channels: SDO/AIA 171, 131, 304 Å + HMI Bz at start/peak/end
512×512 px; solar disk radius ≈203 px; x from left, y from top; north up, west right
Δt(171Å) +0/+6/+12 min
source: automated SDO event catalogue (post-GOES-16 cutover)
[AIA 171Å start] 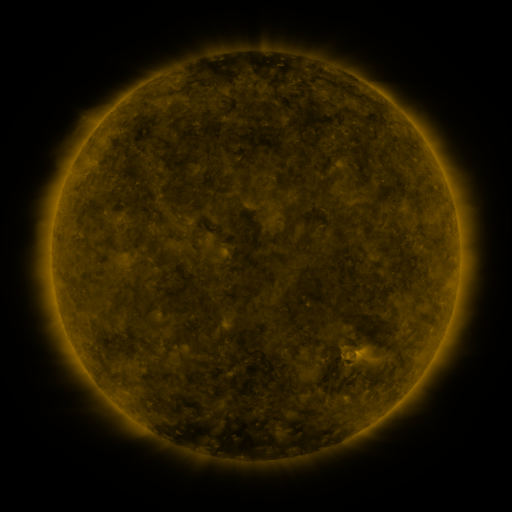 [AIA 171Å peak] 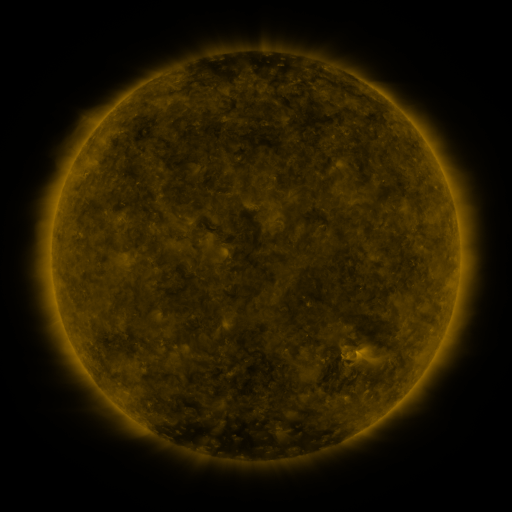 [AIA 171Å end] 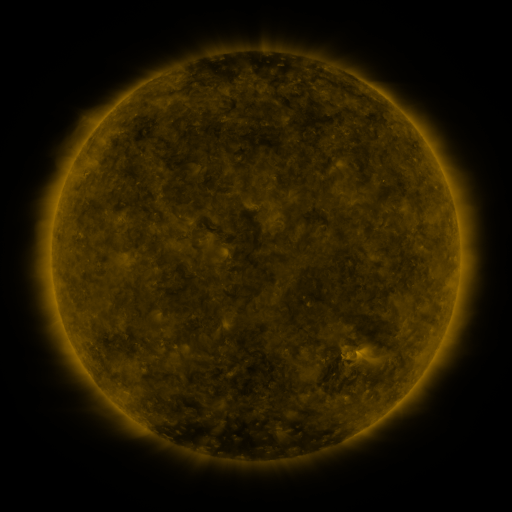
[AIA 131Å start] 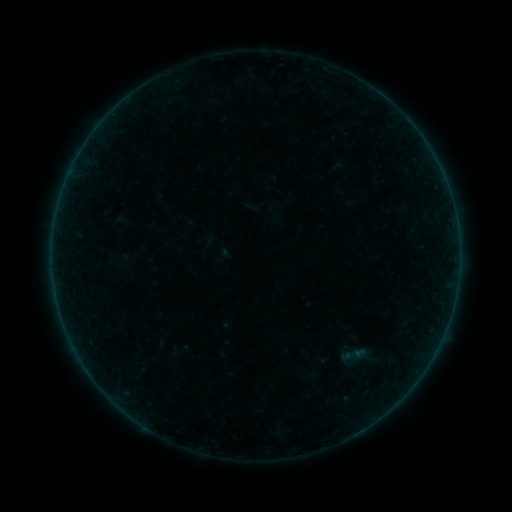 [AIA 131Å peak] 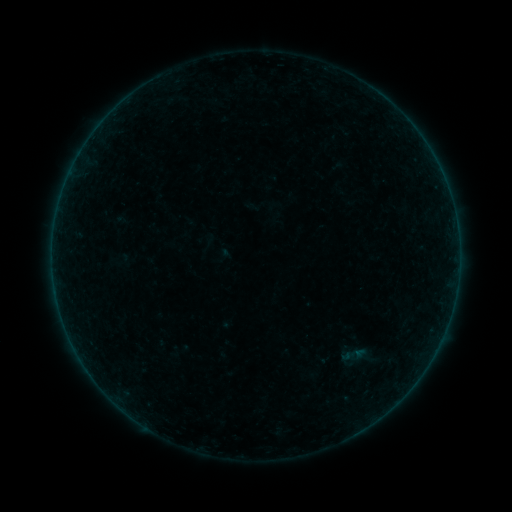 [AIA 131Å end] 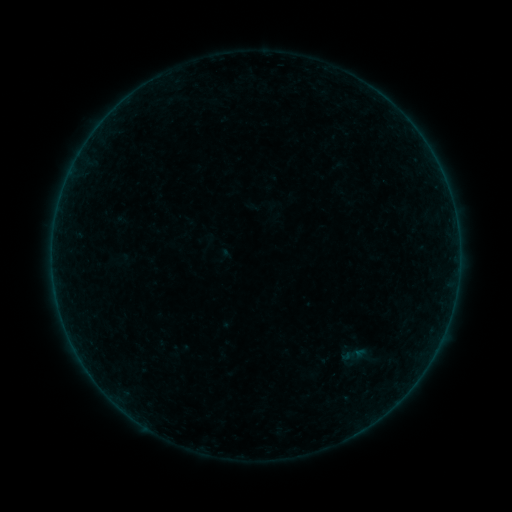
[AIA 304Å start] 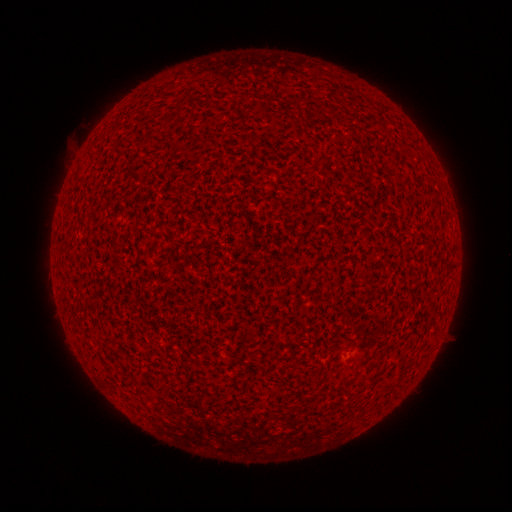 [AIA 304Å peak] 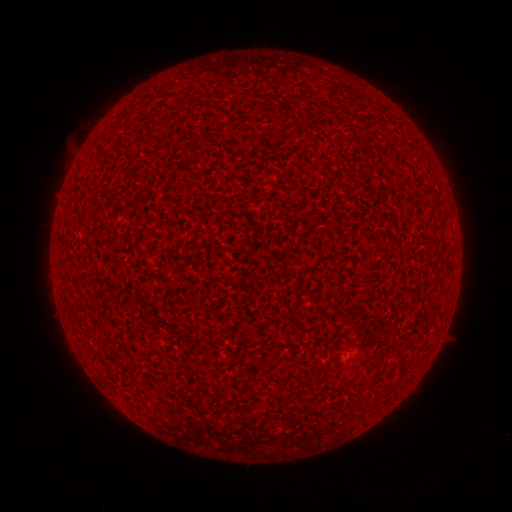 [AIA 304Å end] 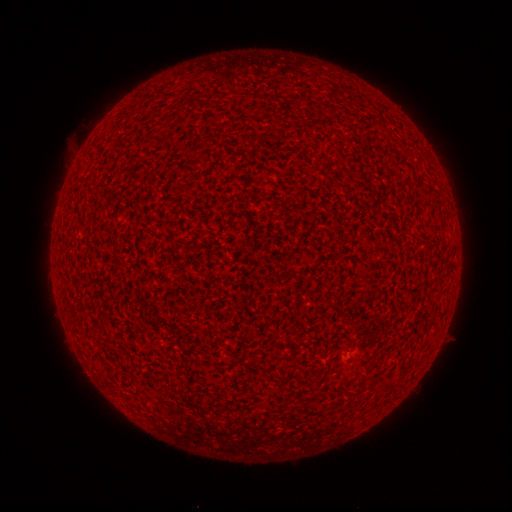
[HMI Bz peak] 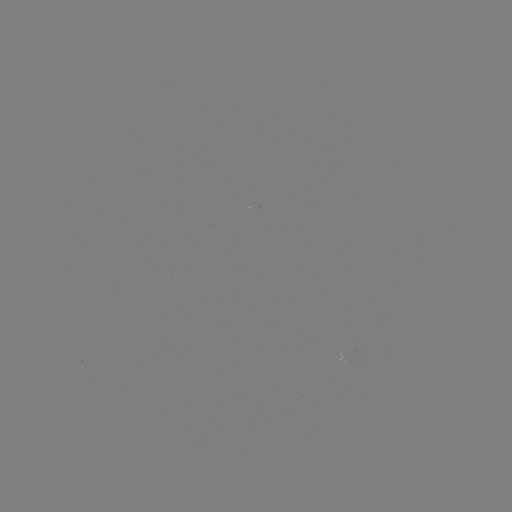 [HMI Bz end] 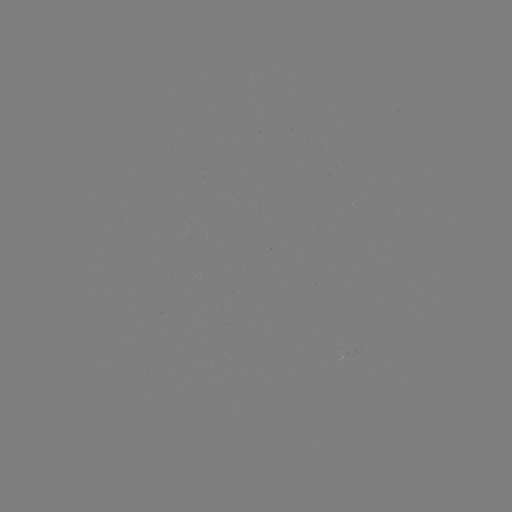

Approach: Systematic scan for A8.9 flare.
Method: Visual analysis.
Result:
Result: A8.9 flare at [440, 169].